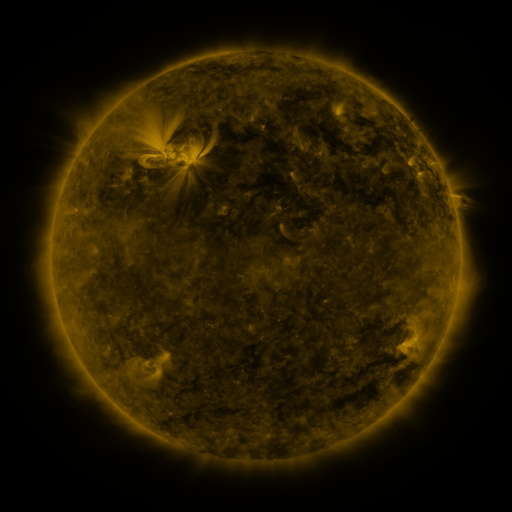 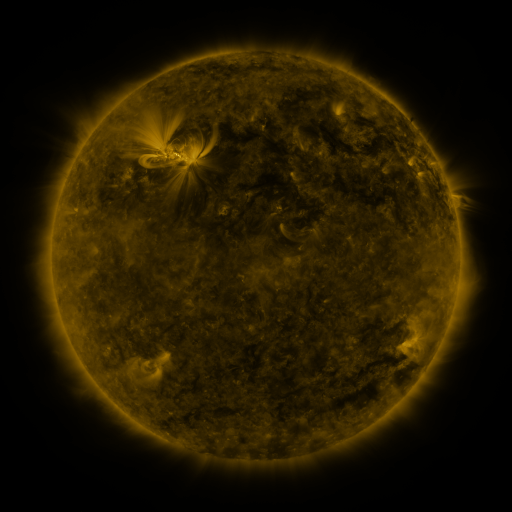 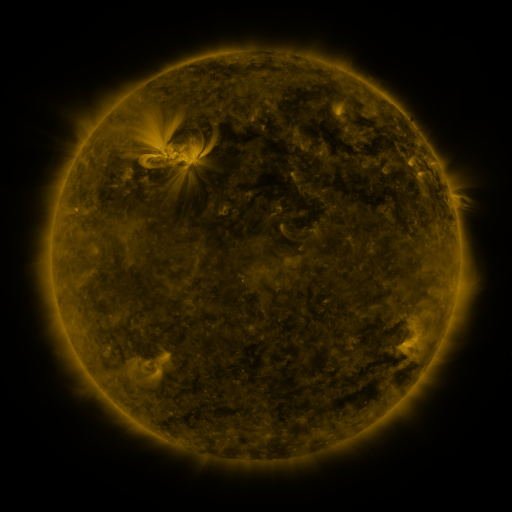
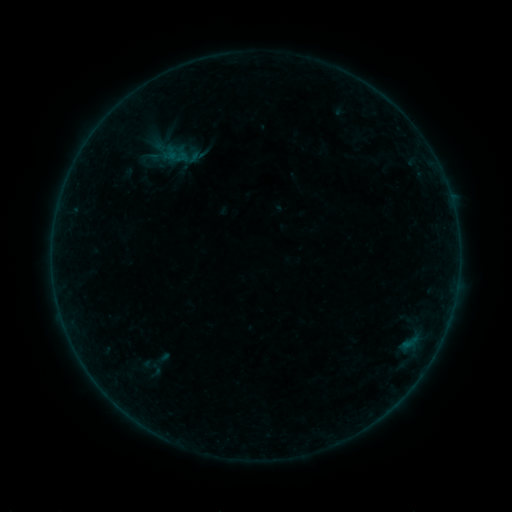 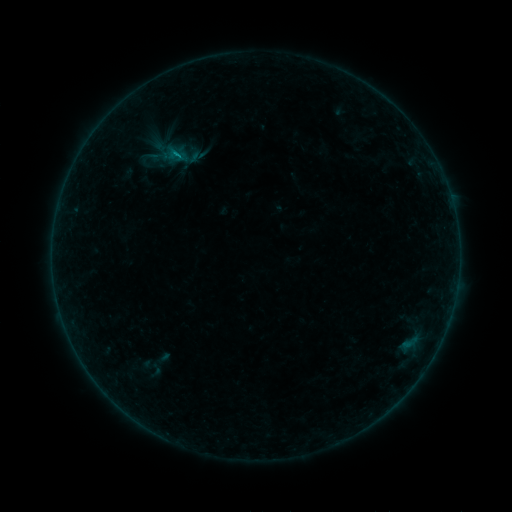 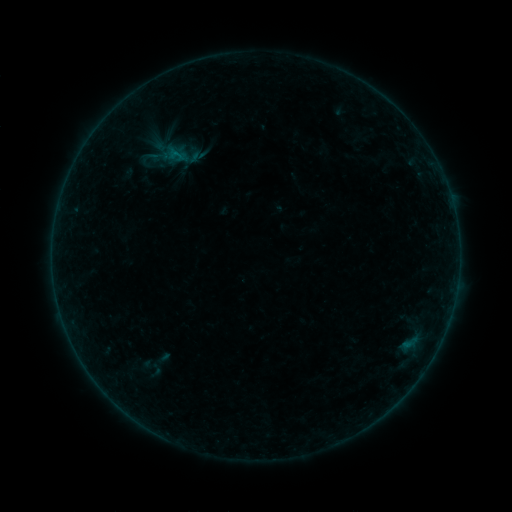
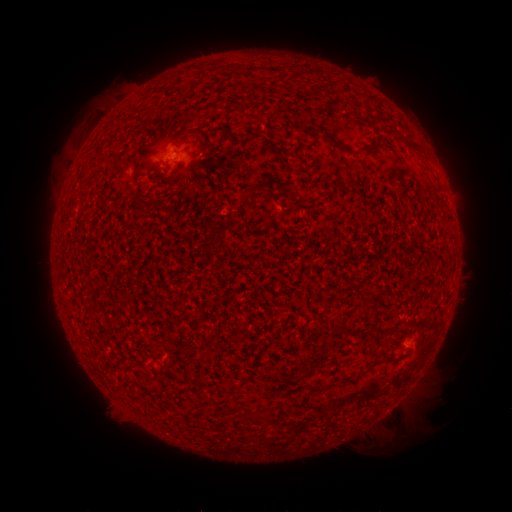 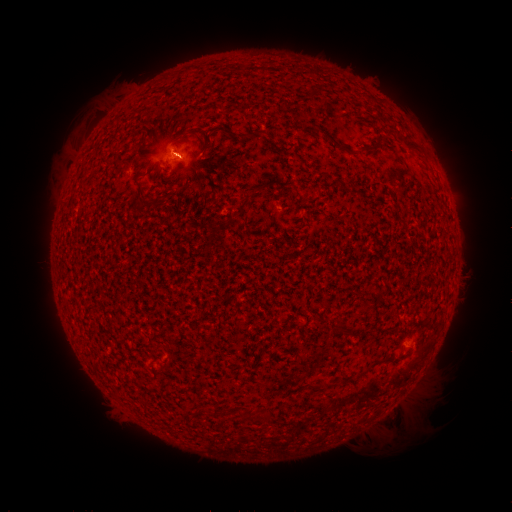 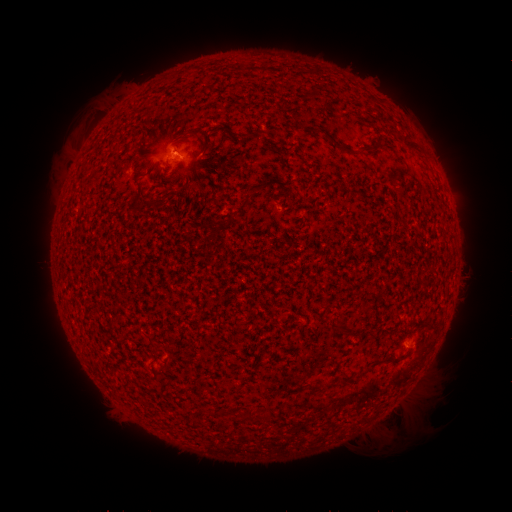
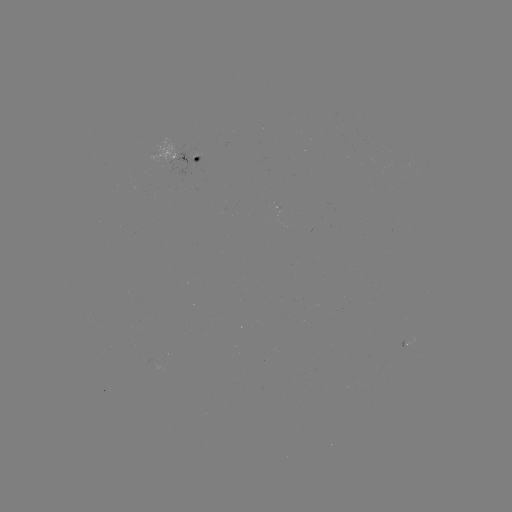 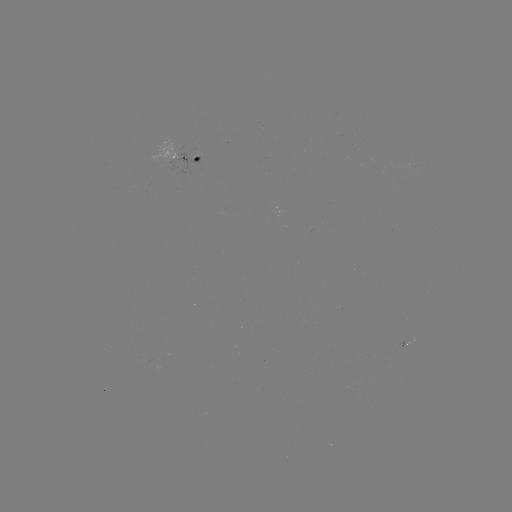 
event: flare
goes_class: B2.5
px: (177, 155)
